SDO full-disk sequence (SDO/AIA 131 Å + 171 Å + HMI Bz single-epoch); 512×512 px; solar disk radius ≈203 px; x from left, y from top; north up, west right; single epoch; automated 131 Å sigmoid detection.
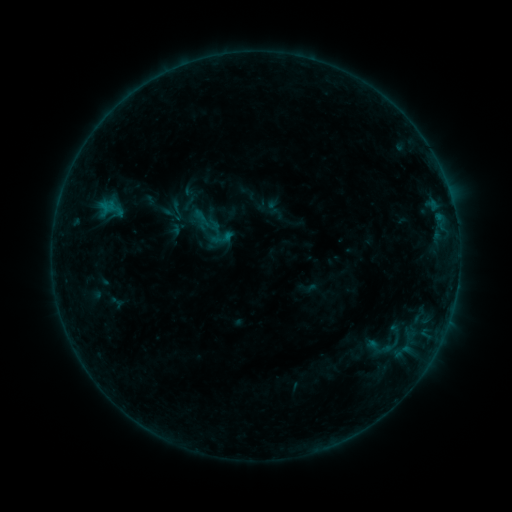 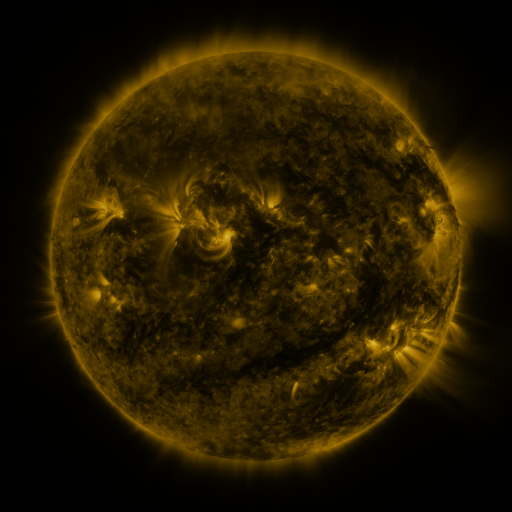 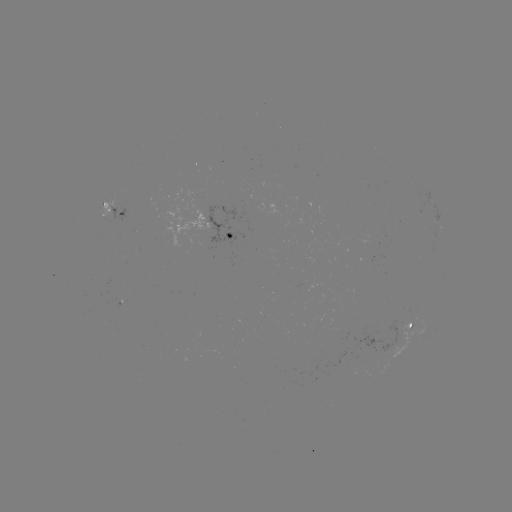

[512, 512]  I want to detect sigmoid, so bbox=[166, 200, 188, 223].